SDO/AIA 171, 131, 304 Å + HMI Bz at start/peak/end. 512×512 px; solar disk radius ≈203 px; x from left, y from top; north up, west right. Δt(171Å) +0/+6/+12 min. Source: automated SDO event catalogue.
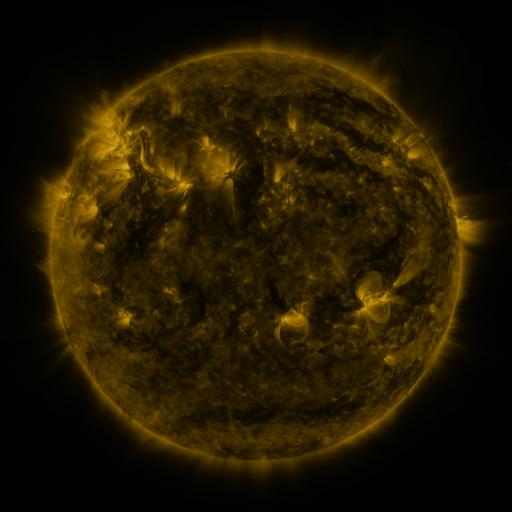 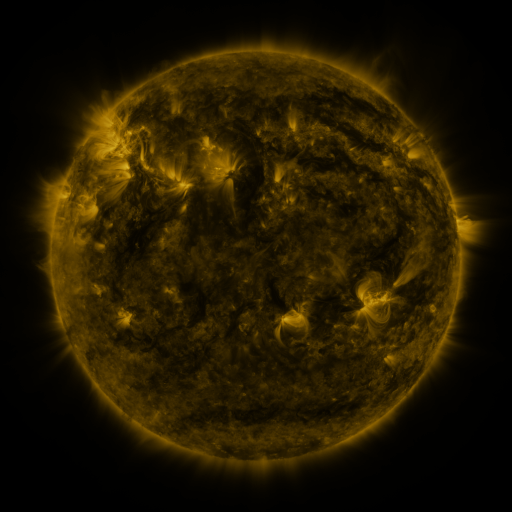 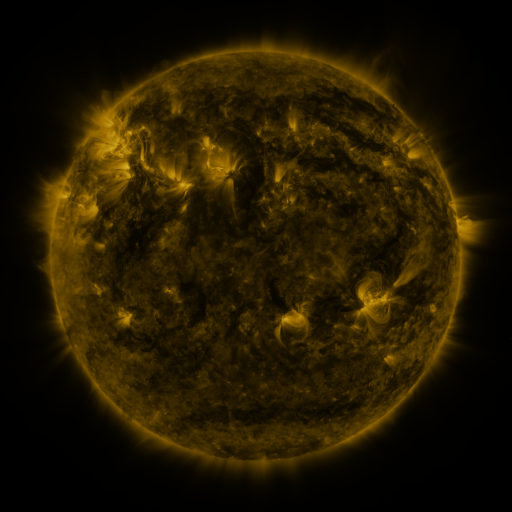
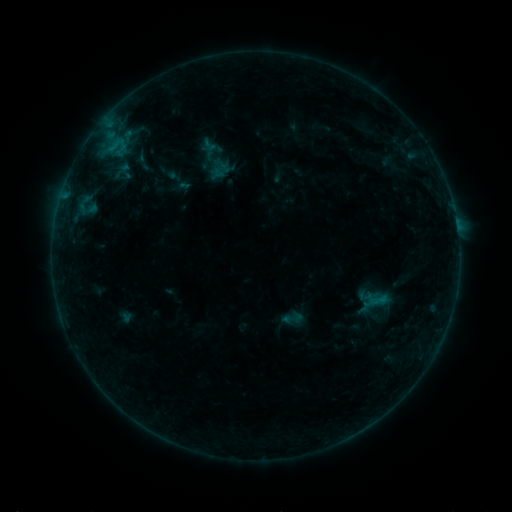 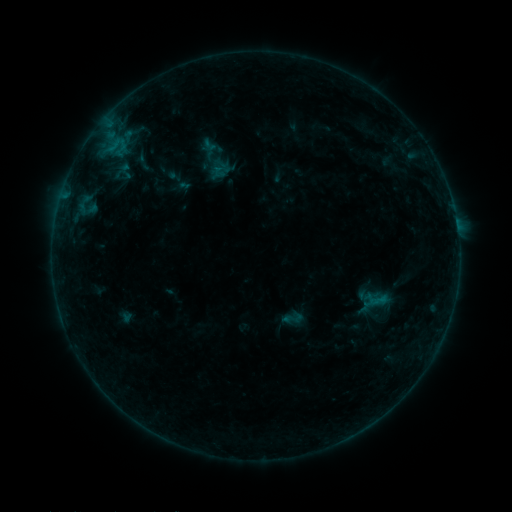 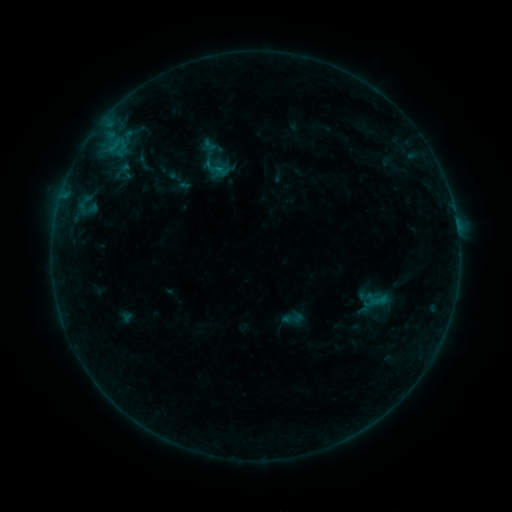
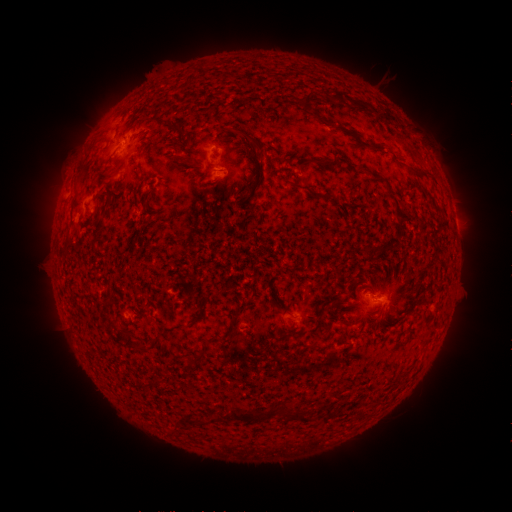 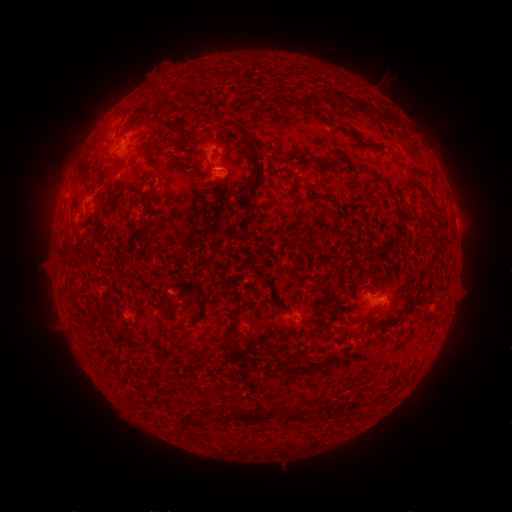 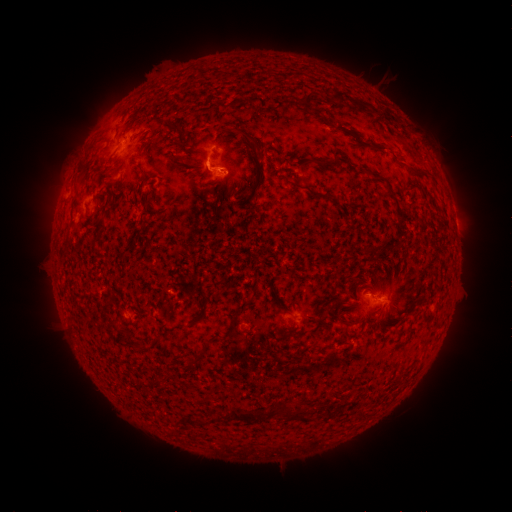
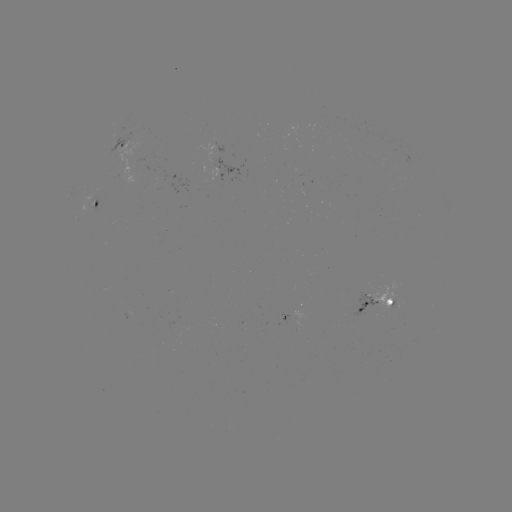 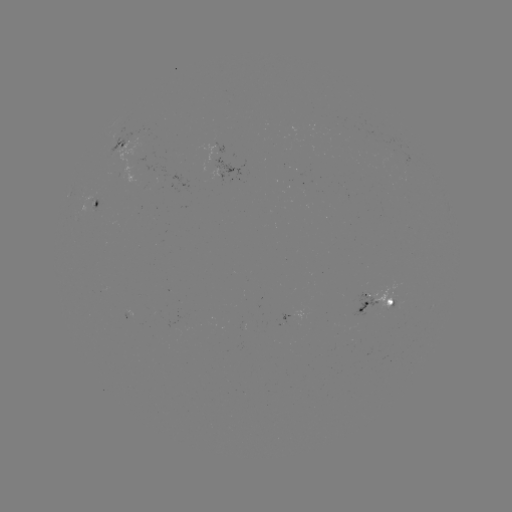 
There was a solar flare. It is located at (218, 170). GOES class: B3.5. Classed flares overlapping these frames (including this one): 1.